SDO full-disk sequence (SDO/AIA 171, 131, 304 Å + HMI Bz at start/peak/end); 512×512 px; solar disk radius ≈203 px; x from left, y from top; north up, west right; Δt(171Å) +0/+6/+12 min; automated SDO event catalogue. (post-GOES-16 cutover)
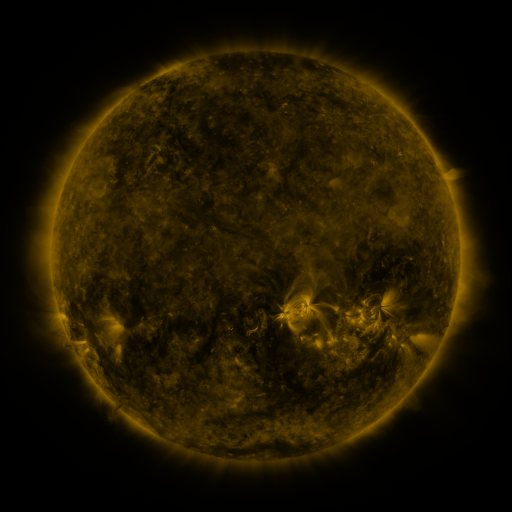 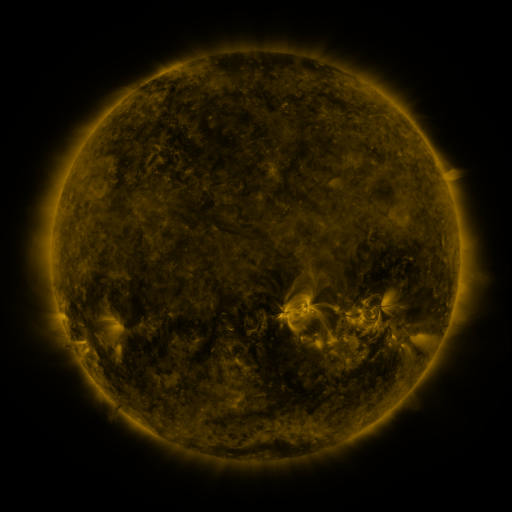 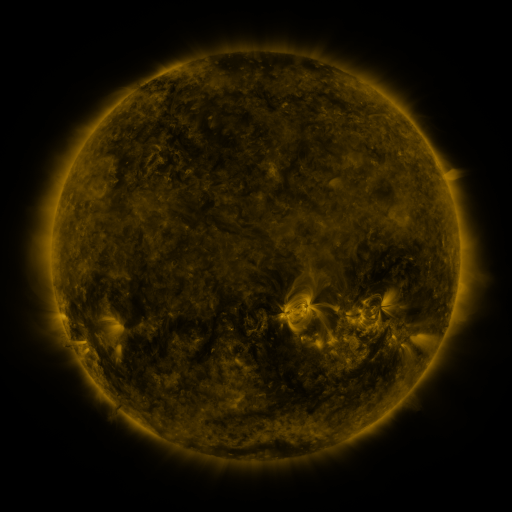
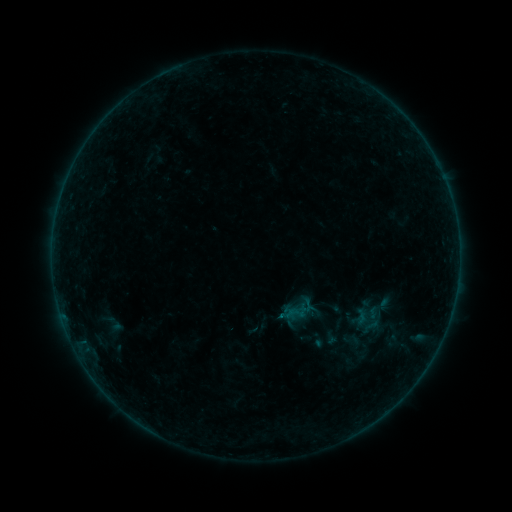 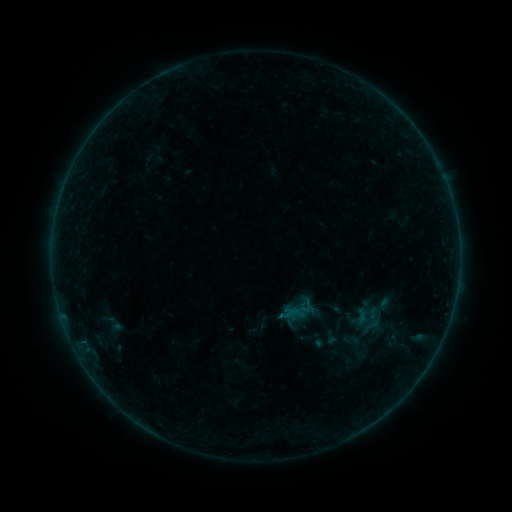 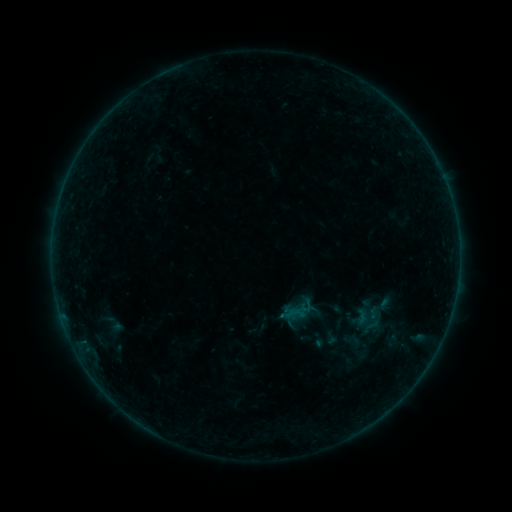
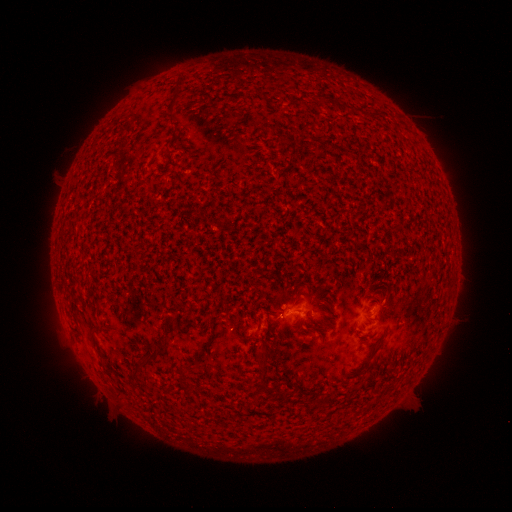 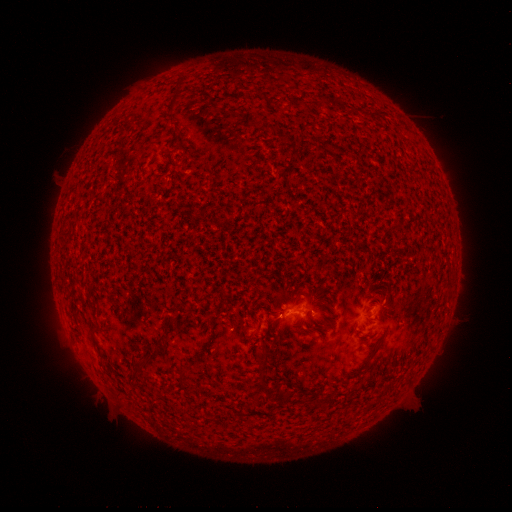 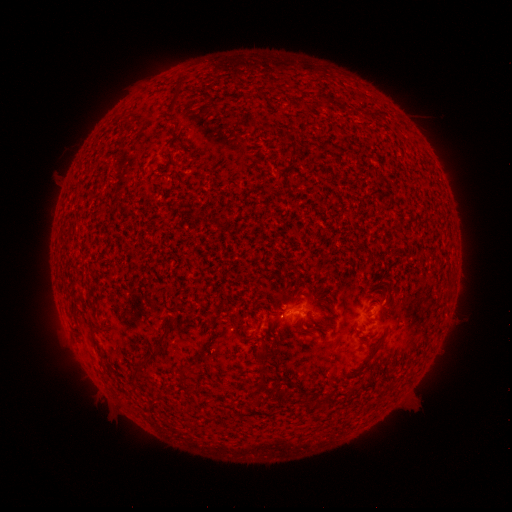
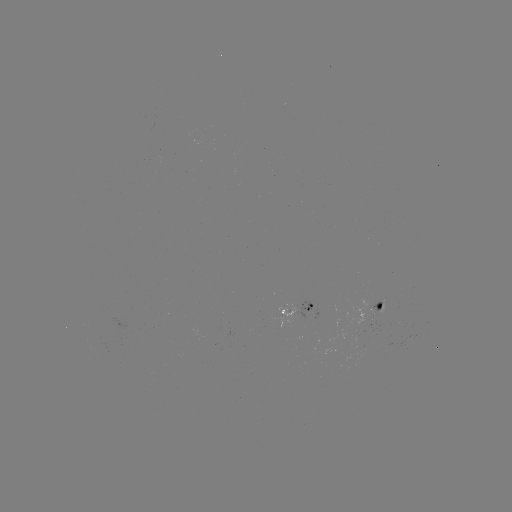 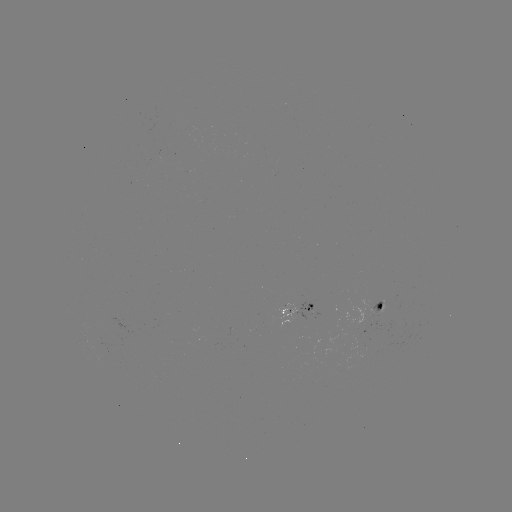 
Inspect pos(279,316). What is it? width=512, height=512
B1.1 flare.